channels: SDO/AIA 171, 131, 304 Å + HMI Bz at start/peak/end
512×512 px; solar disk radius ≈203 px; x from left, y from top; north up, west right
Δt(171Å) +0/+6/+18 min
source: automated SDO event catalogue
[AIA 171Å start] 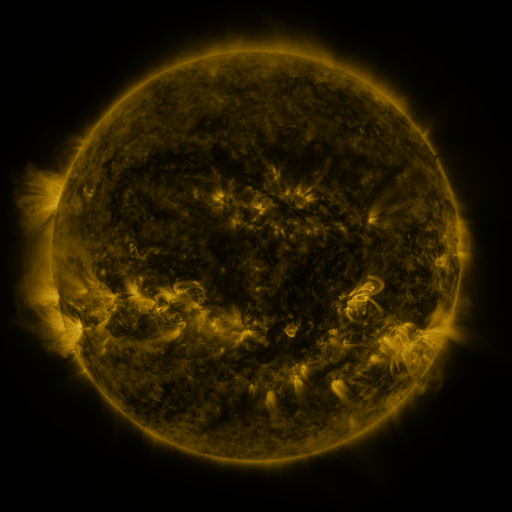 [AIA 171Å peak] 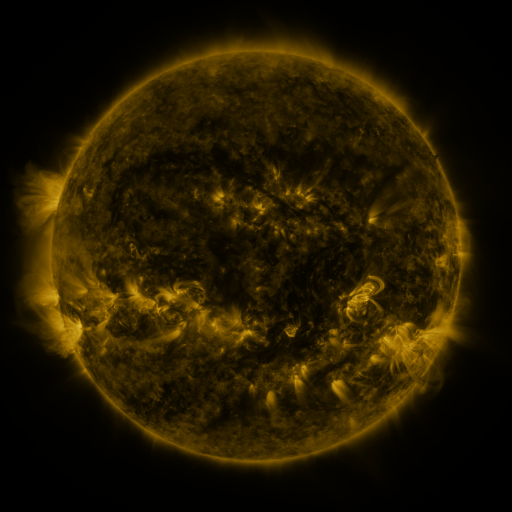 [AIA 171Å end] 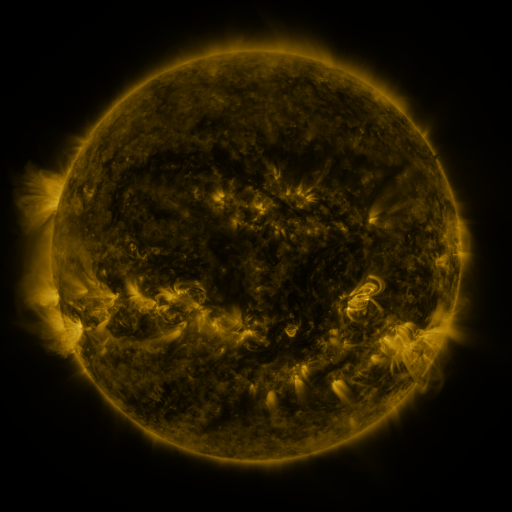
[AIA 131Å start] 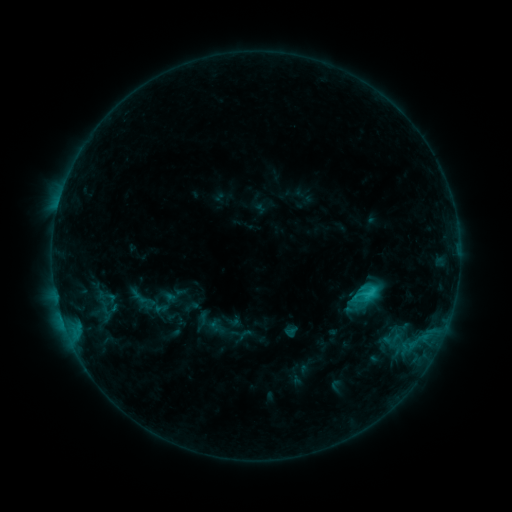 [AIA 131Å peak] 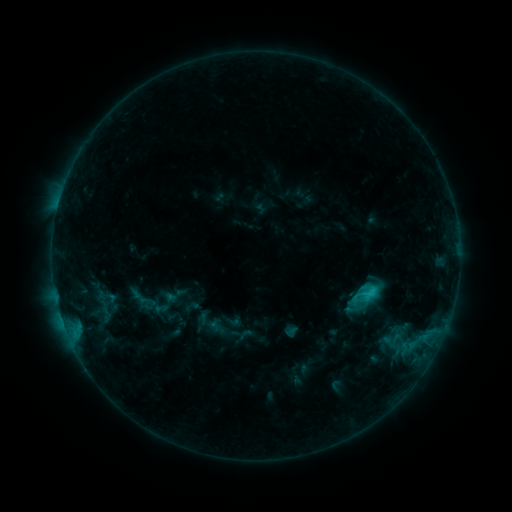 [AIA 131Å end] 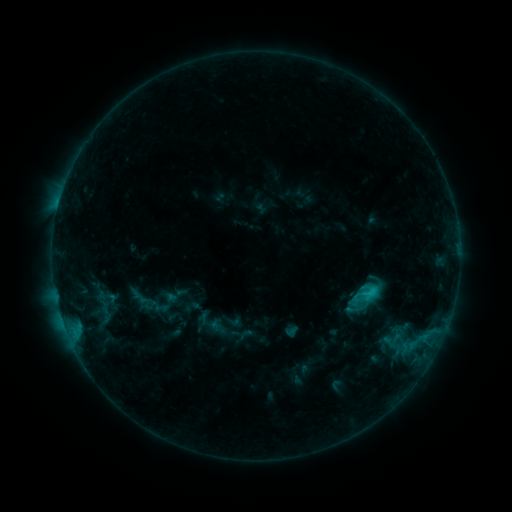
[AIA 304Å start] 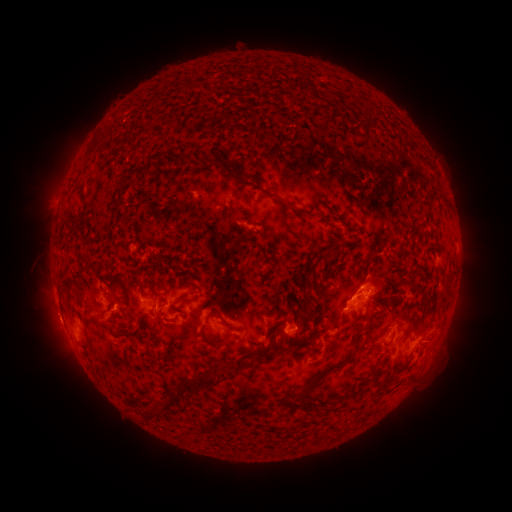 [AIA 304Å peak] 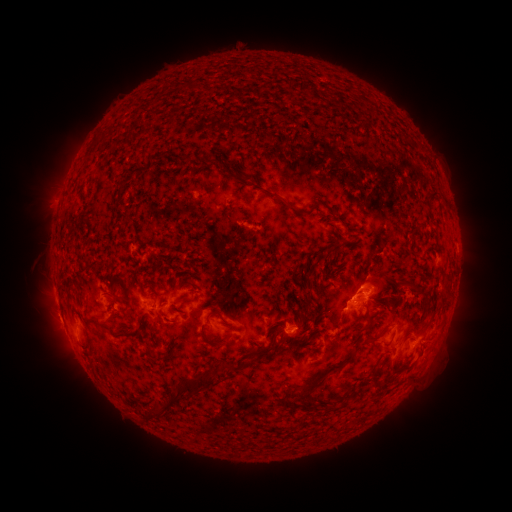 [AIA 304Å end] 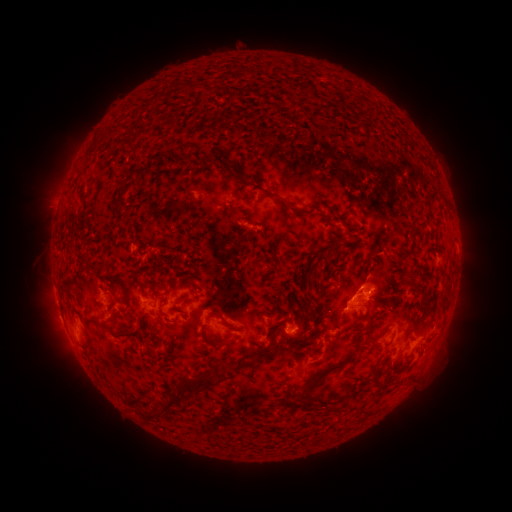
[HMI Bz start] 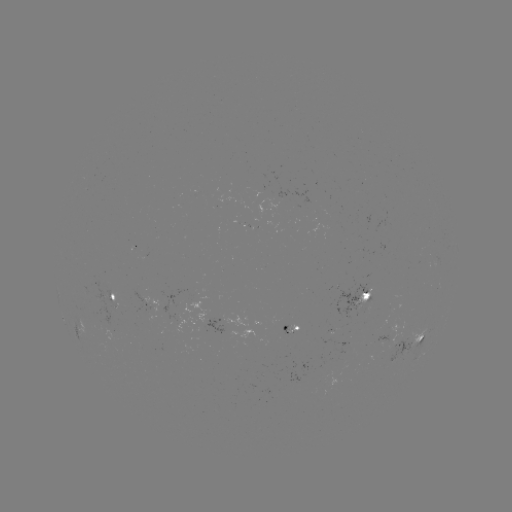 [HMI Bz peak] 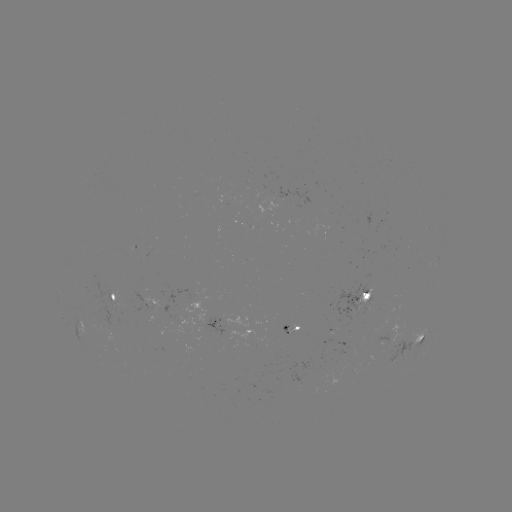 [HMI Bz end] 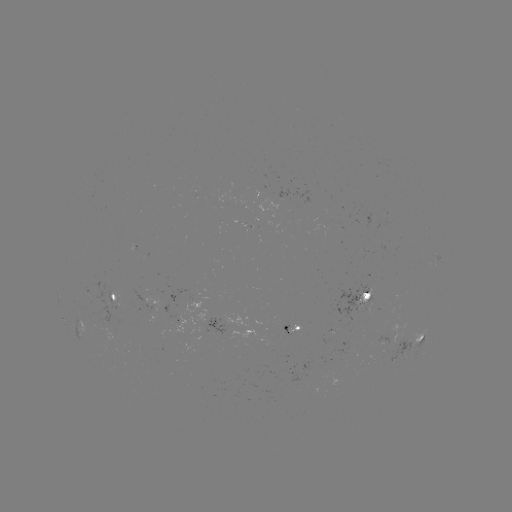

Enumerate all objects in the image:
eruption: (52, 316)
